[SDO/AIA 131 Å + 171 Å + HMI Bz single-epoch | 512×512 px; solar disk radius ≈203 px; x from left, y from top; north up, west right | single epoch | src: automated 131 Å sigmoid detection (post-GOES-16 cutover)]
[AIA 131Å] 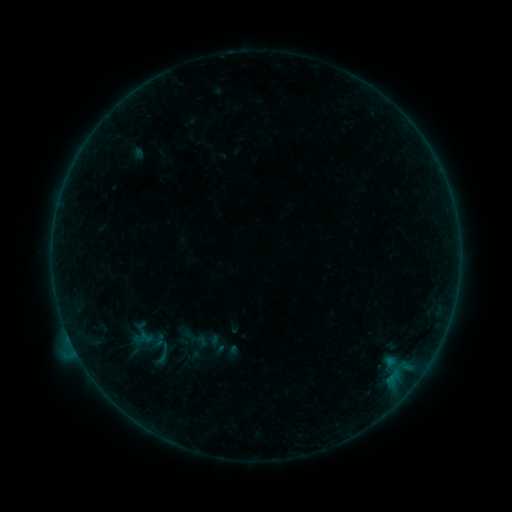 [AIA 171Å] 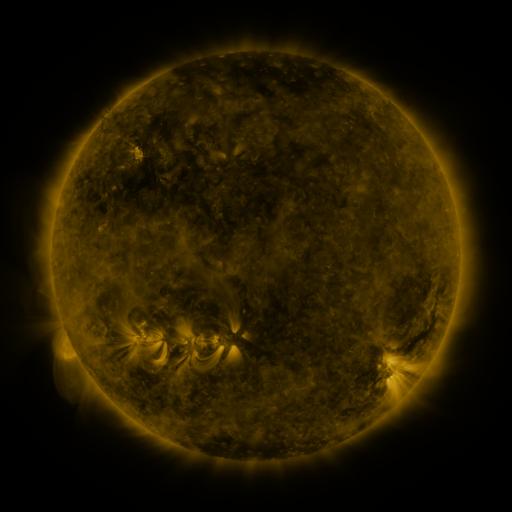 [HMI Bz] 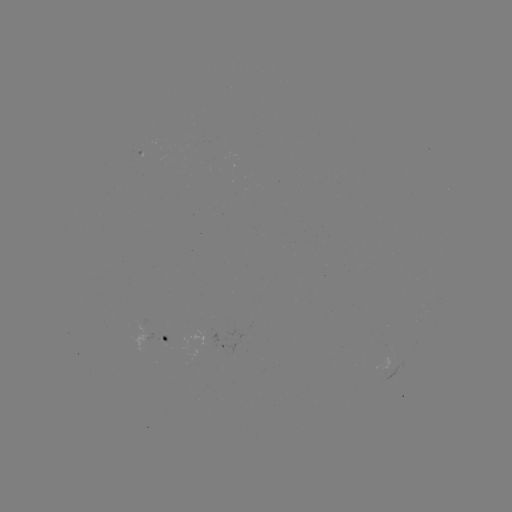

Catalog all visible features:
sigmoid: [177, 323, 214, 353]
sigmoid: [201, 331, 231, 357]
